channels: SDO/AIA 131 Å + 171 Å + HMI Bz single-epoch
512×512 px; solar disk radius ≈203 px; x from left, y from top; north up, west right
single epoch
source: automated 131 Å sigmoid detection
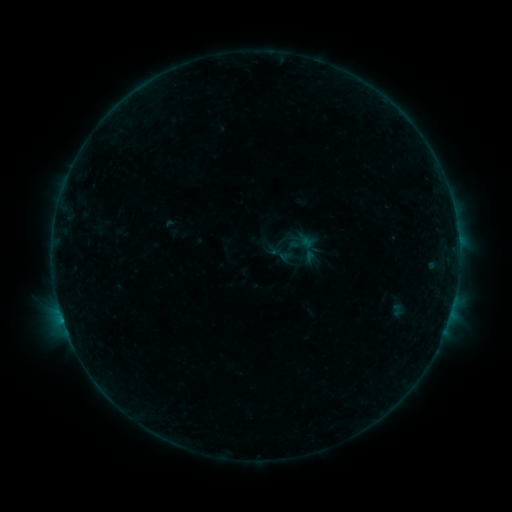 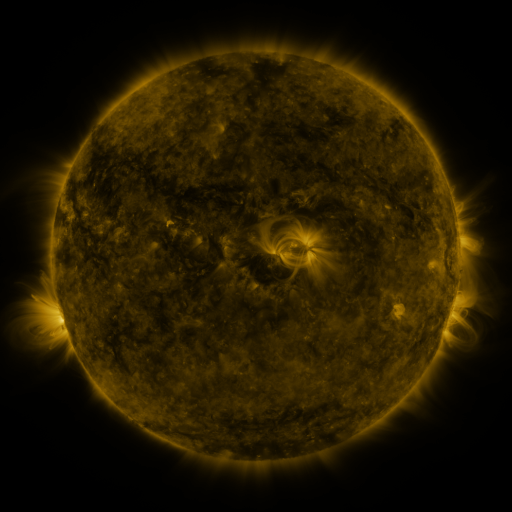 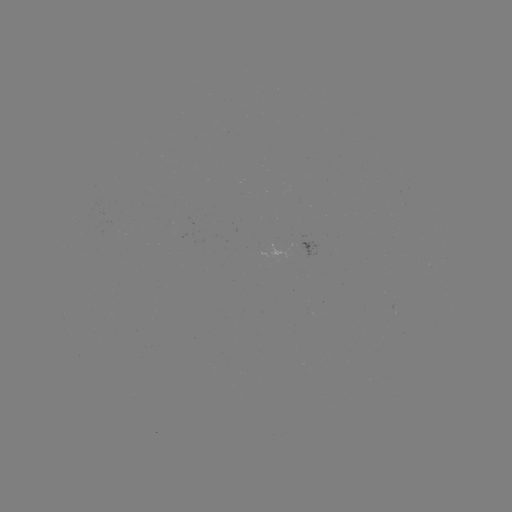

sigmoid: [268, 241, 294, 267]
